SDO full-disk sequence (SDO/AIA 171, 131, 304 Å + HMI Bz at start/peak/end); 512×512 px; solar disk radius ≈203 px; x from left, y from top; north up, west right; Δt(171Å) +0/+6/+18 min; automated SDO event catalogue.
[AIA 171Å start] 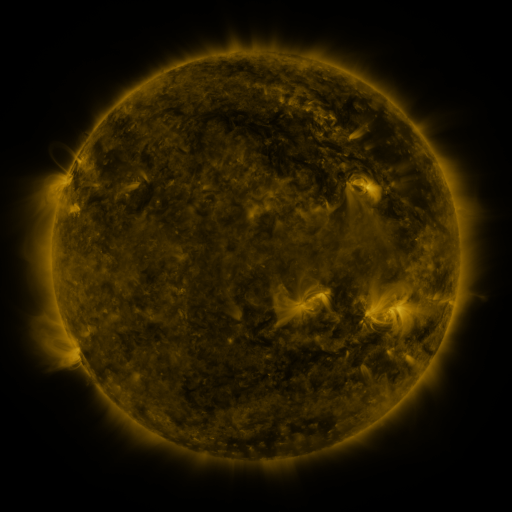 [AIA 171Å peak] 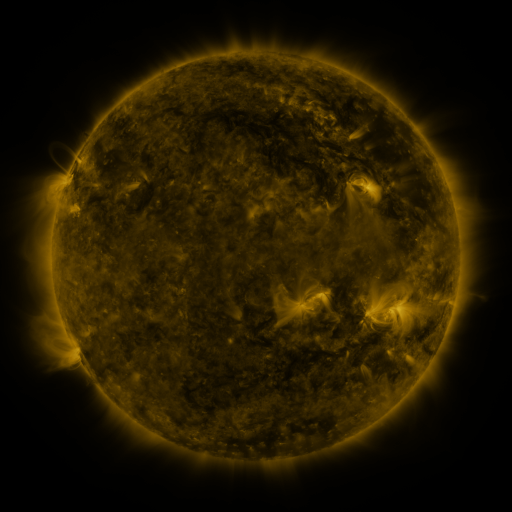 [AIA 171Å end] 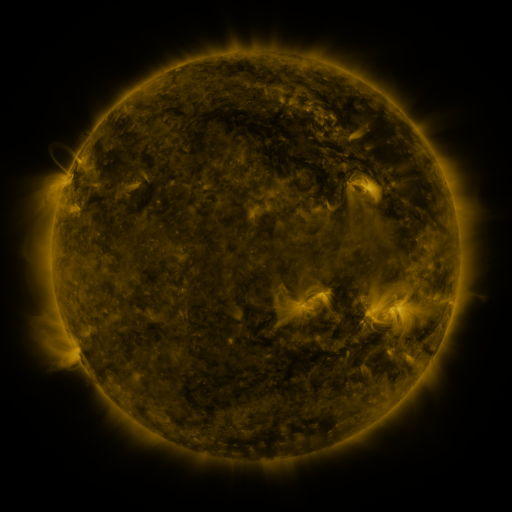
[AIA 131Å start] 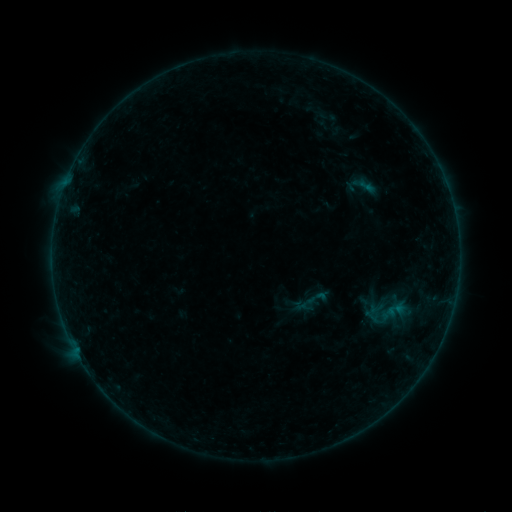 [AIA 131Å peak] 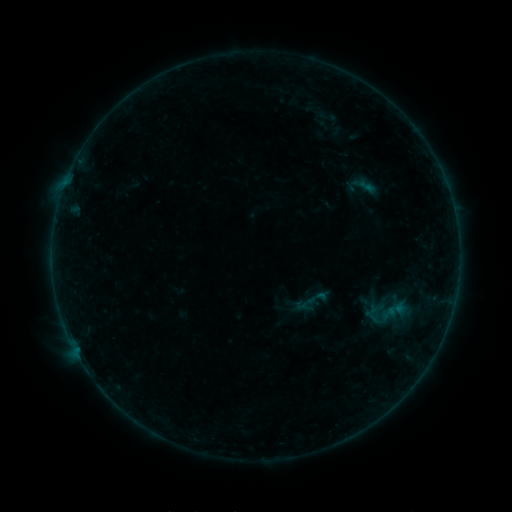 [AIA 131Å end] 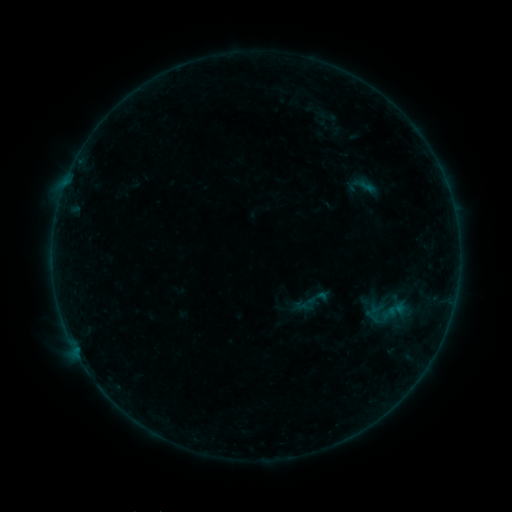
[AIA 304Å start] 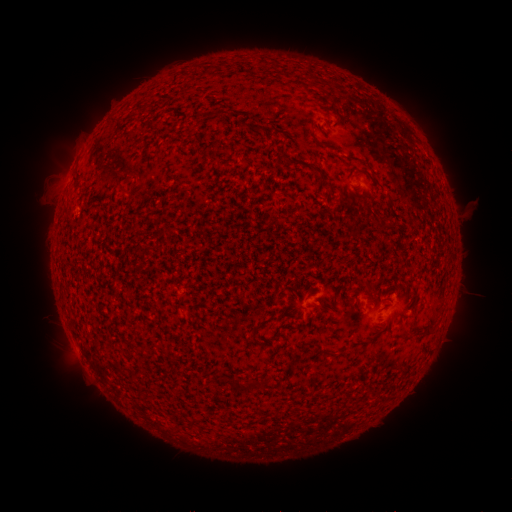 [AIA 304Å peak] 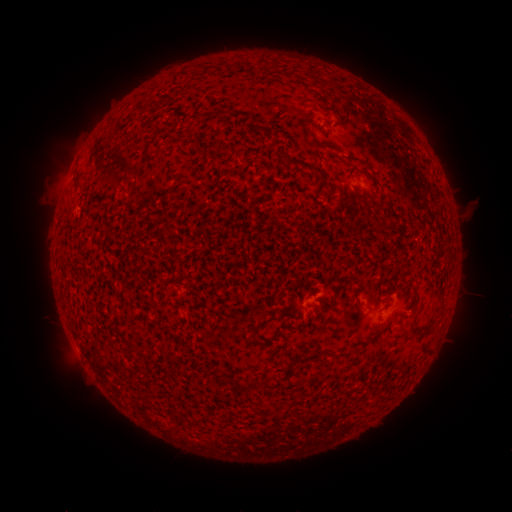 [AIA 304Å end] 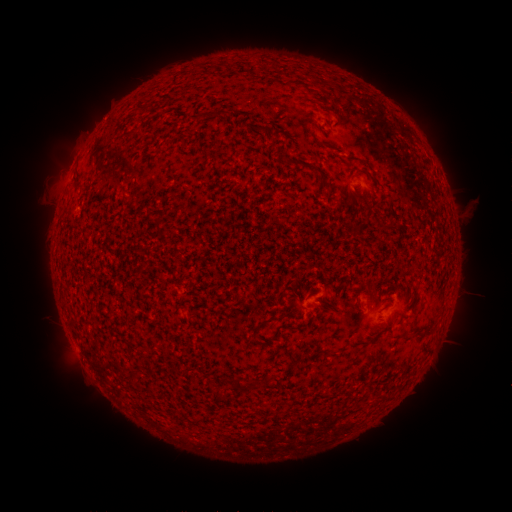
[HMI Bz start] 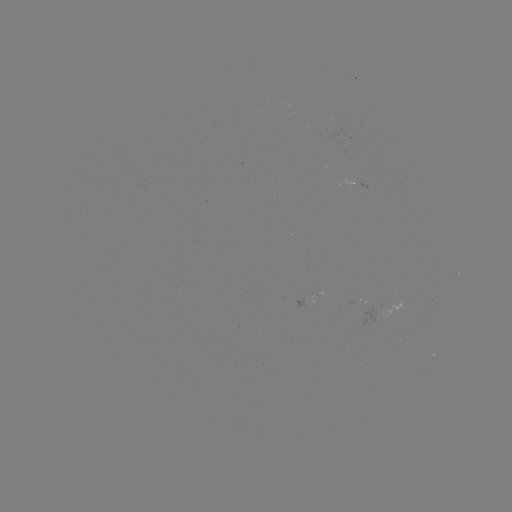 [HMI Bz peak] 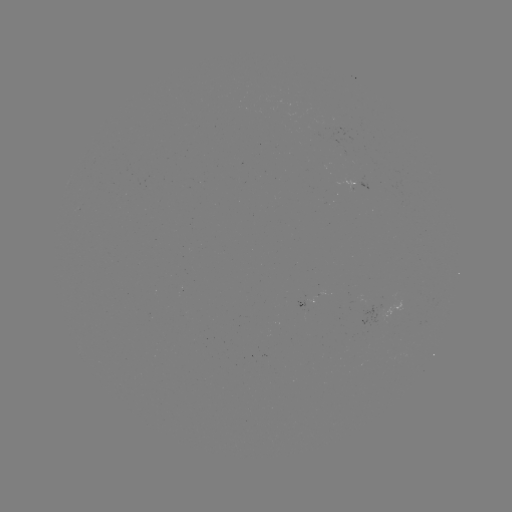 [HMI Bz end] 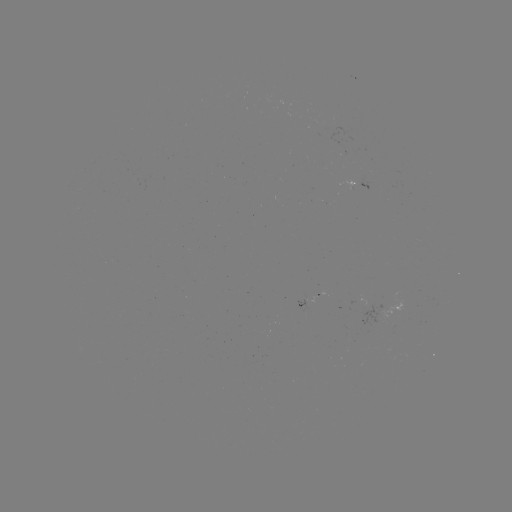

no flare in any classed list; no EUV-trigger detection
